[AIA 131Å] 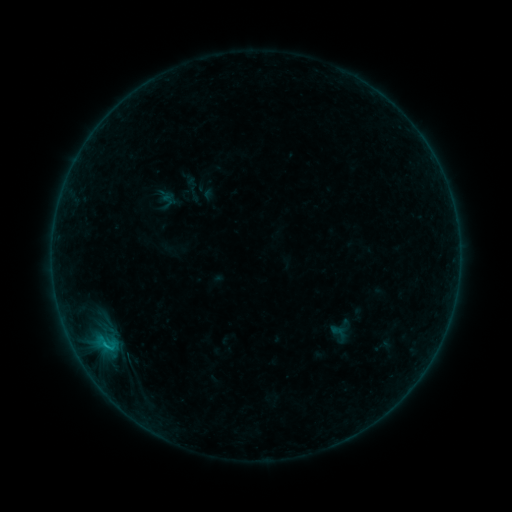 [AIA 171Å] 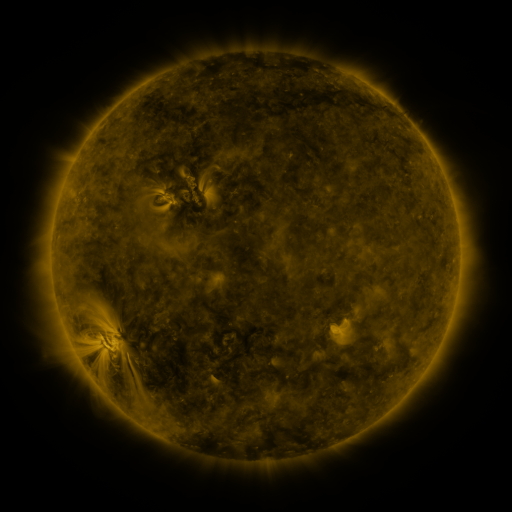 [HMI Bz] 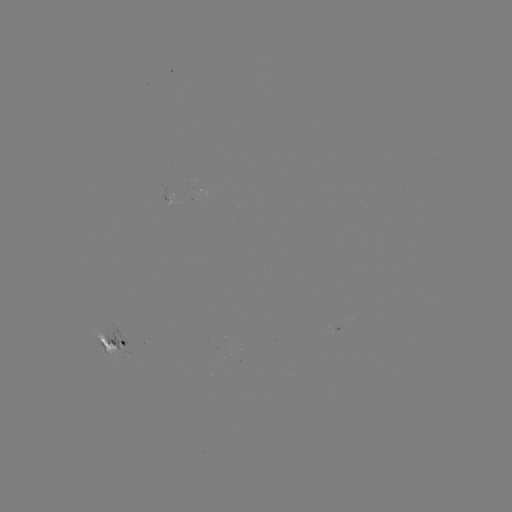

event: sigmoid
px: (167, 201)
